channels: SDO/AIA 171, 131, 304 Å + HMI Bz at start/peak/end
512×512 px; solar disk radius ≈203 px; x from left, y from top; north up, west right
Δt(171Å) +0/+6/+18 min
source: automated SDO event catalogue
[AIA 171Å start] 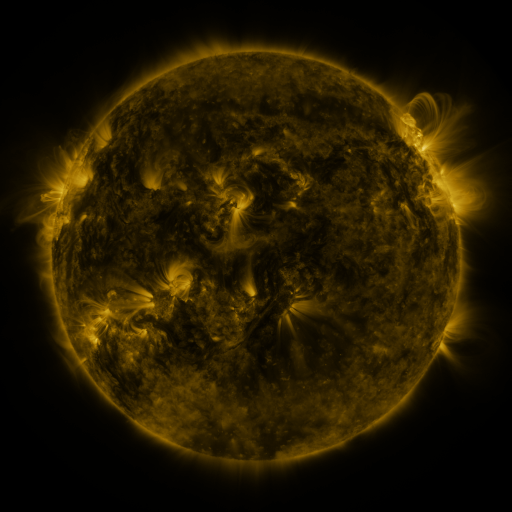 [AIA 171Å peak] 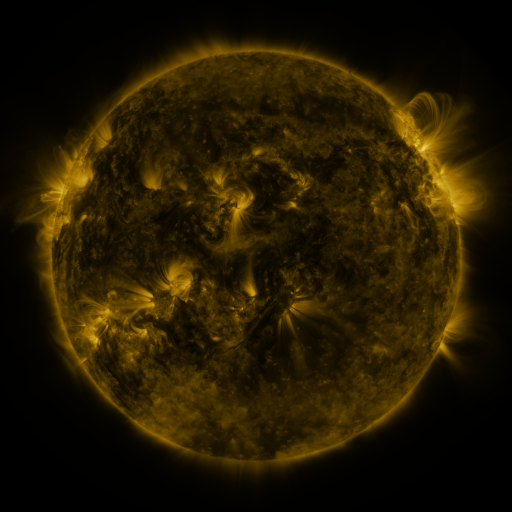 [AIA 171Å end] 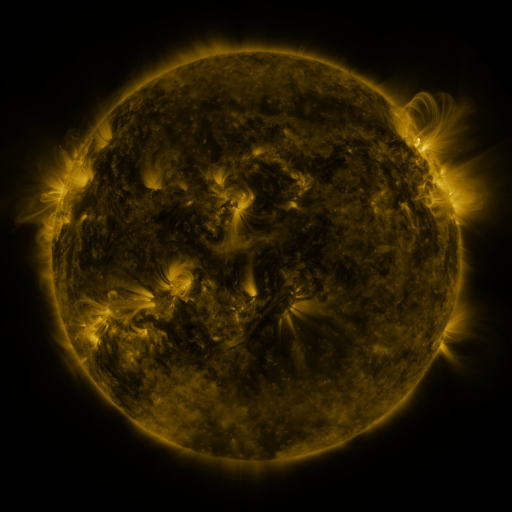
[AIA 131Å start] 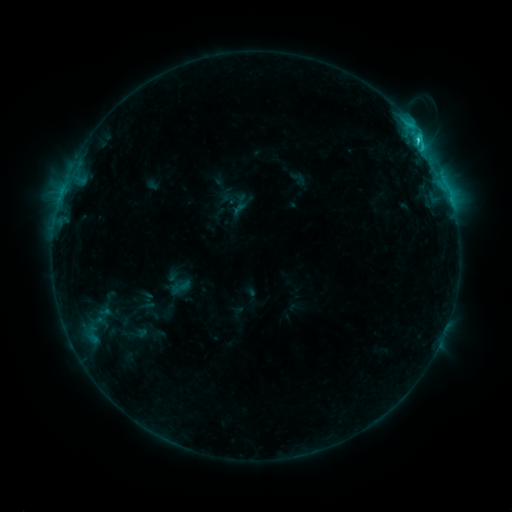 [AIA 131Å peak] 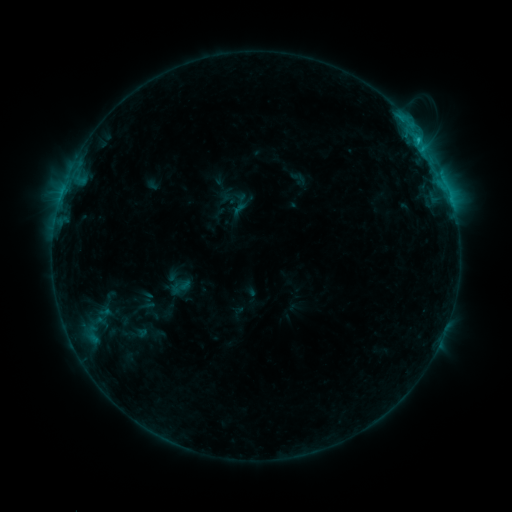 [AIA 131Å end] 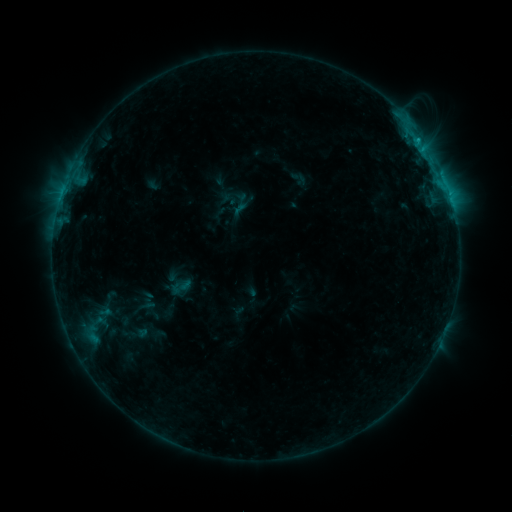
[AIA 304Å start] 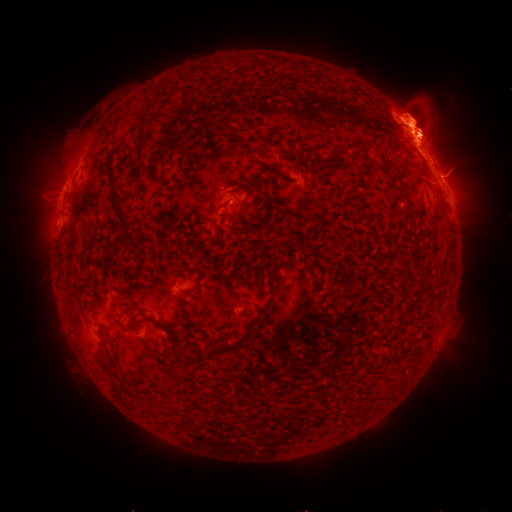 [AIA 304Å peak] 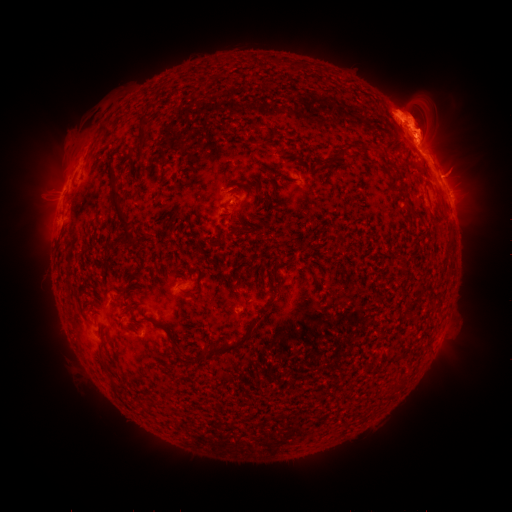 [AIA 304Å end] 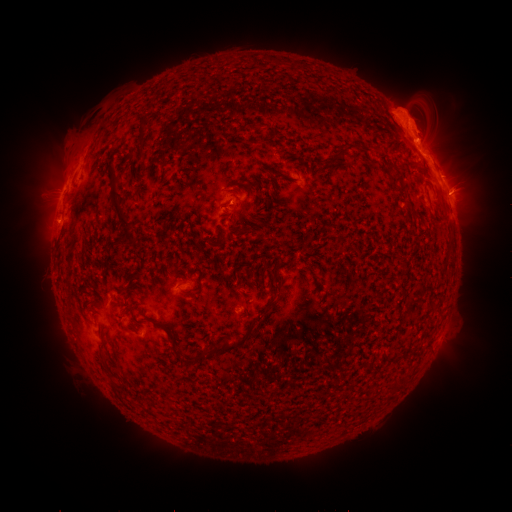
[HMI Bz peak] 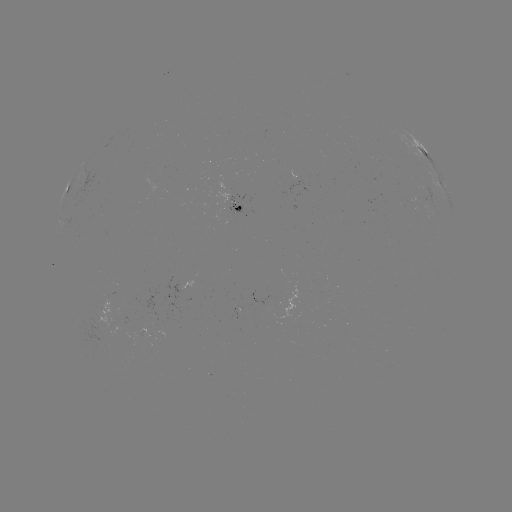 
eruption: [13, 120, 95, 241]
